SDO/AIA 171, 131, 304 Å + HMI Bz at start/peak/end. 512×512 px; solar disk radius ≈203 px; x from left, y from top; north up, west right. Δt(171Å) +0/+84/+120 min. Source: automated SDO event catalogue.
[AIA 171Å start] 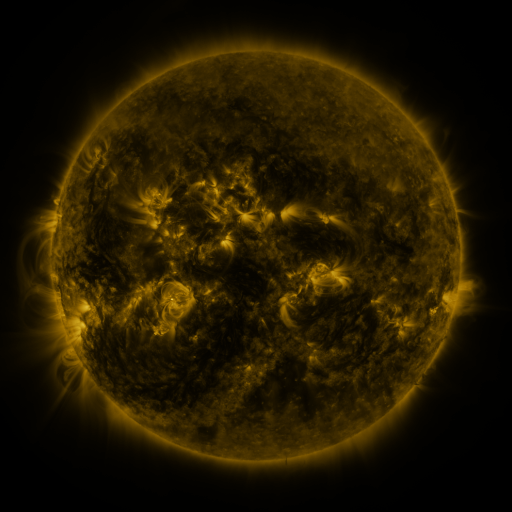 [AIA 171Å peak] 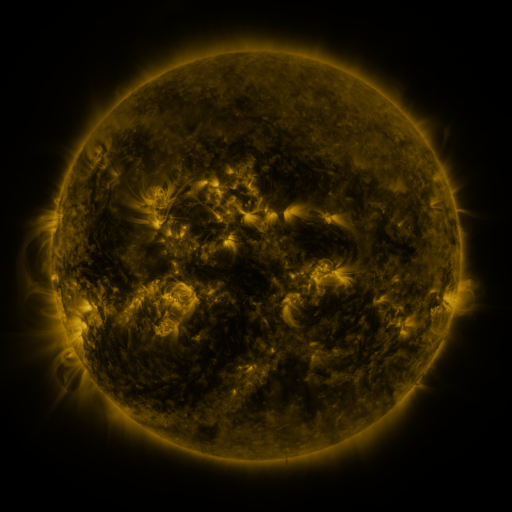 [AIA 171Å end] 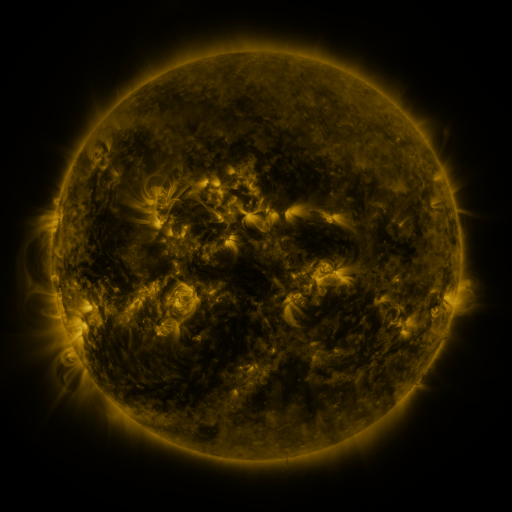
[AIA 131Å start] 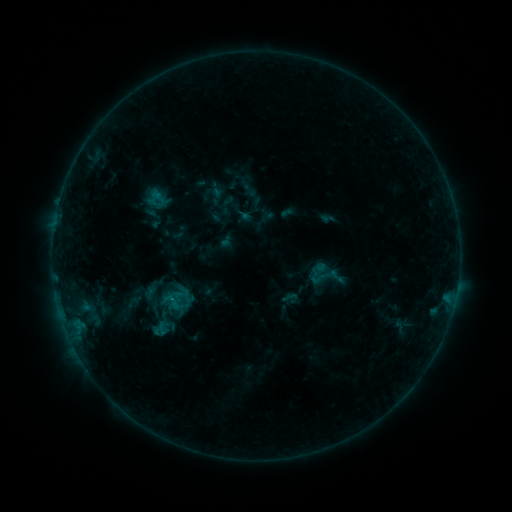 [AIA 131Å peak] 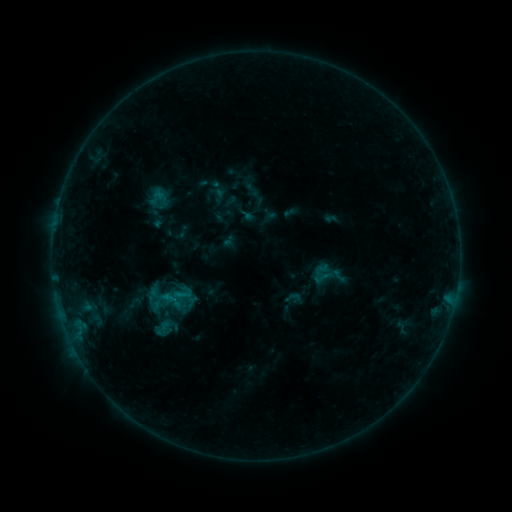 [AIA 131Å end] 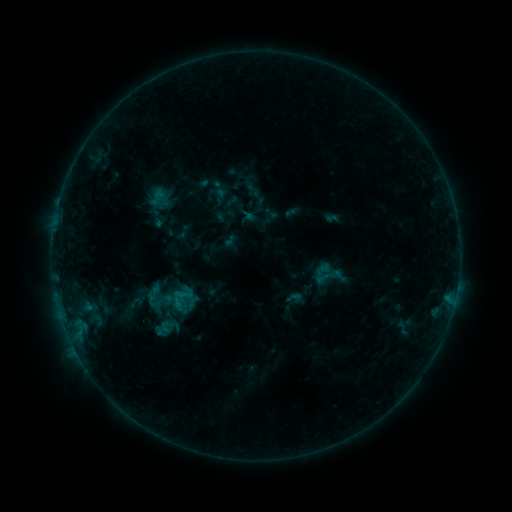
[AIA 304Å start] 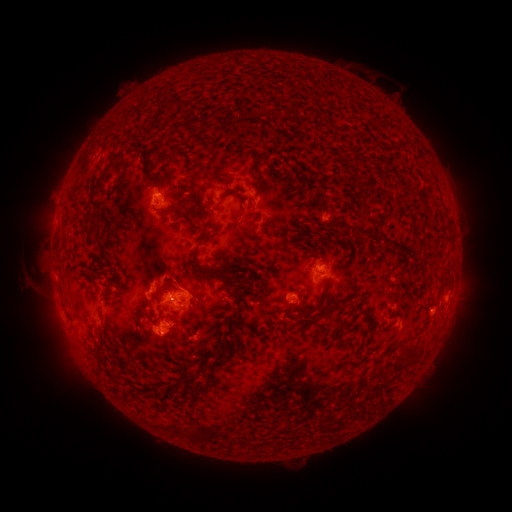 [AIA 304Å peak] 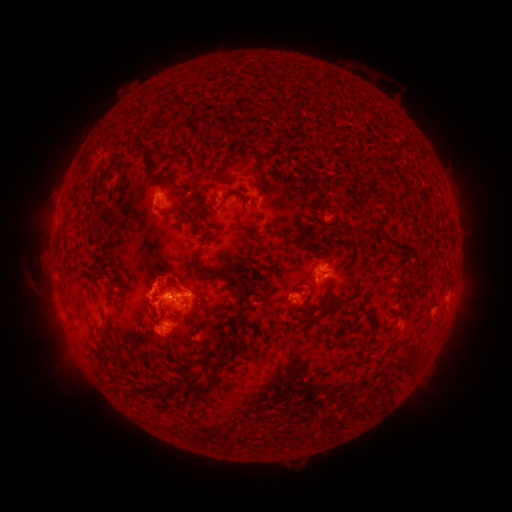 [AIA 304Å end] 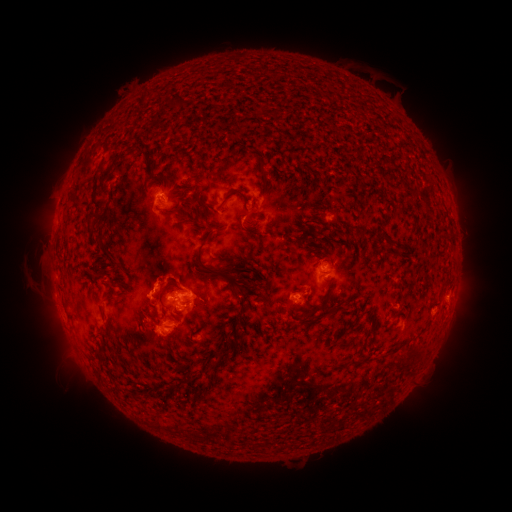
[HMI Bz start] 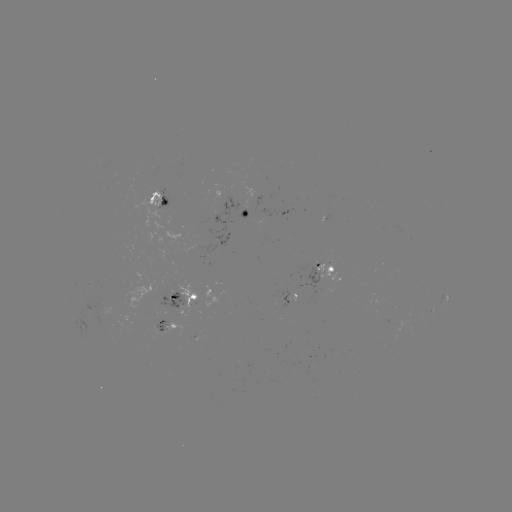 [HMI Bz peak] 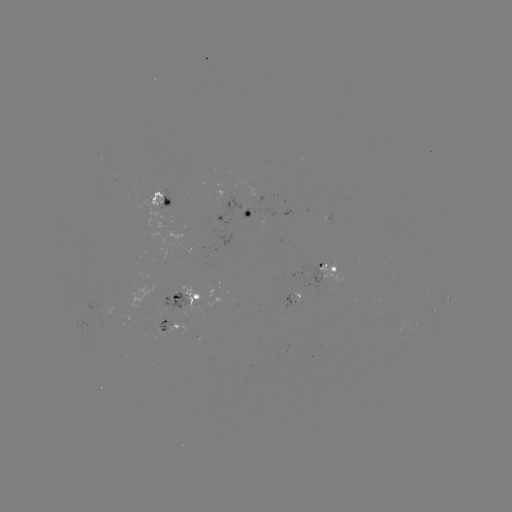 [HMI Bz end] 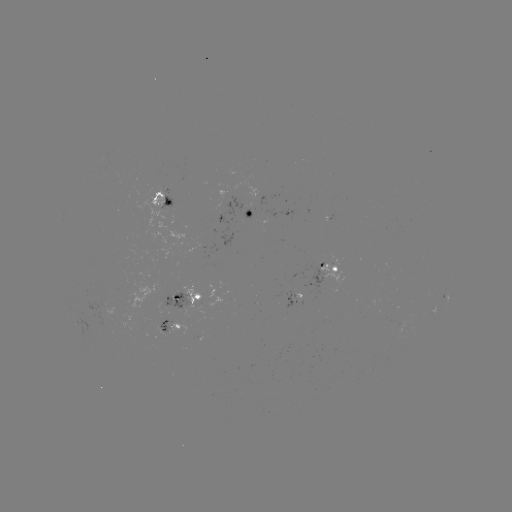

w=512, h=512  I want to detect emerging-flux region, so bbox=[160, 291, 190, 308].